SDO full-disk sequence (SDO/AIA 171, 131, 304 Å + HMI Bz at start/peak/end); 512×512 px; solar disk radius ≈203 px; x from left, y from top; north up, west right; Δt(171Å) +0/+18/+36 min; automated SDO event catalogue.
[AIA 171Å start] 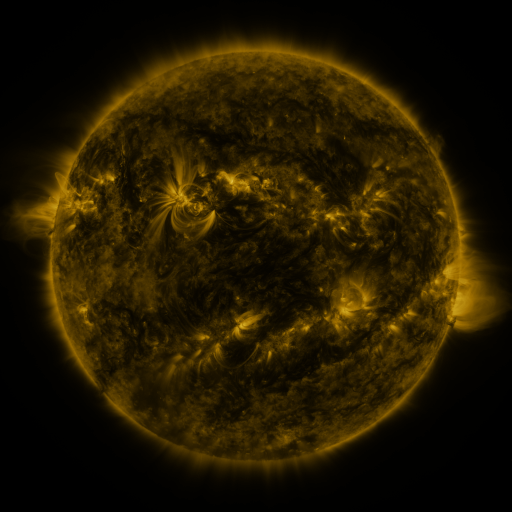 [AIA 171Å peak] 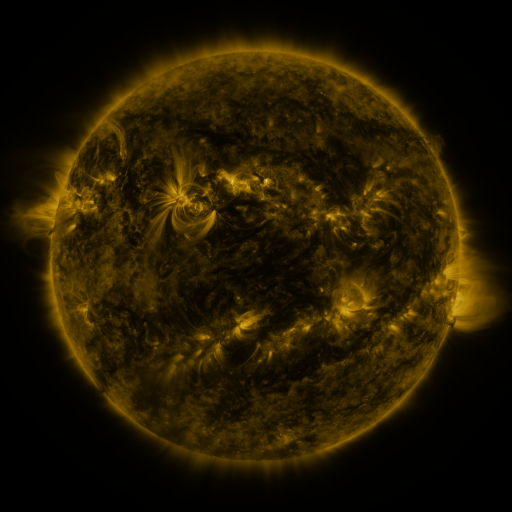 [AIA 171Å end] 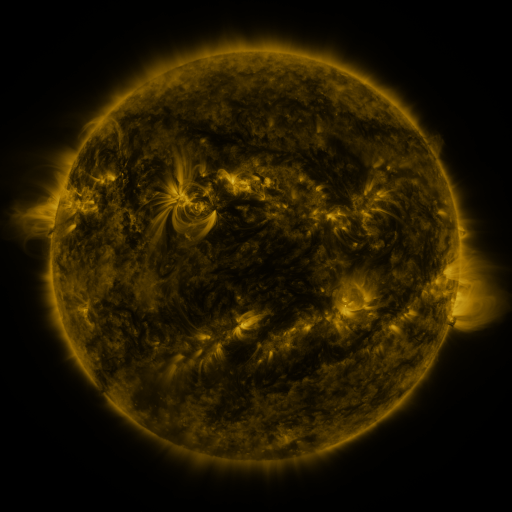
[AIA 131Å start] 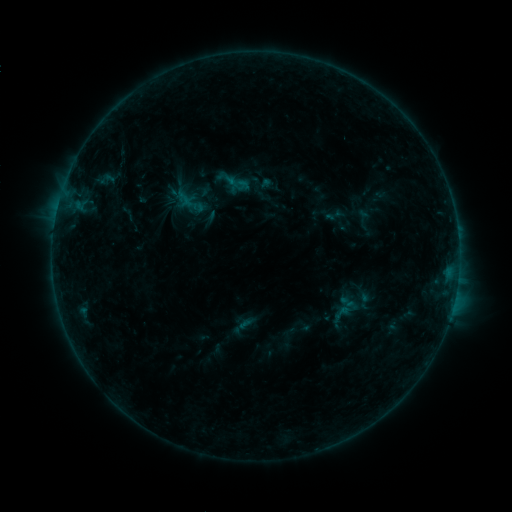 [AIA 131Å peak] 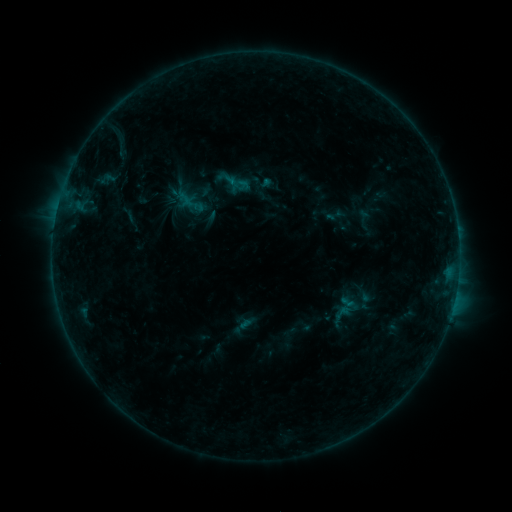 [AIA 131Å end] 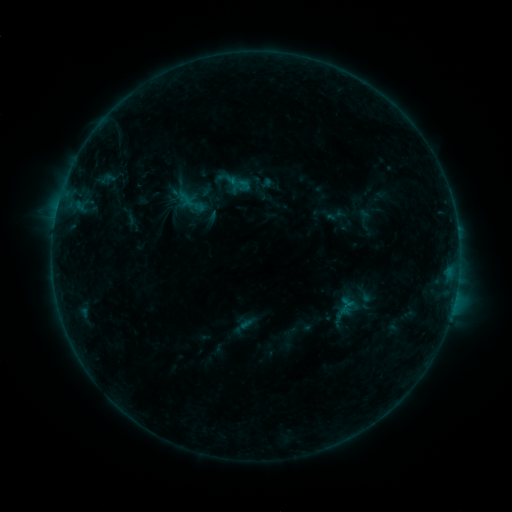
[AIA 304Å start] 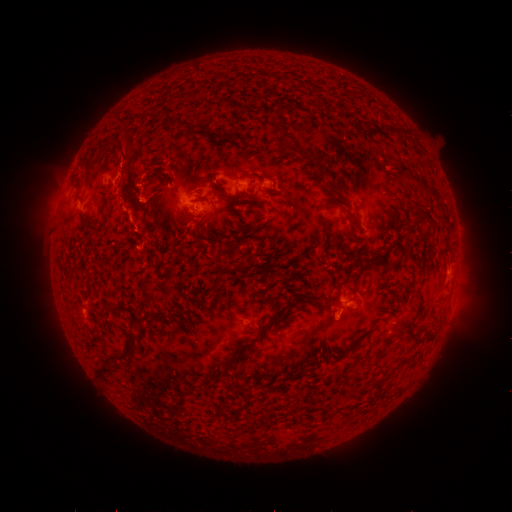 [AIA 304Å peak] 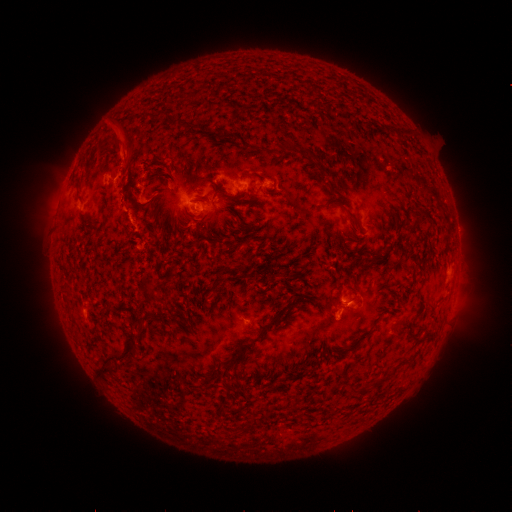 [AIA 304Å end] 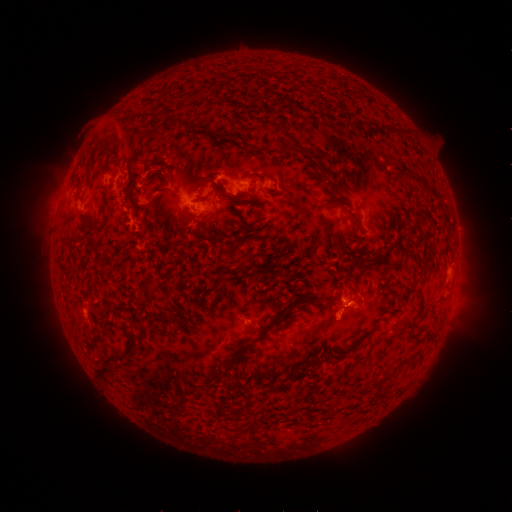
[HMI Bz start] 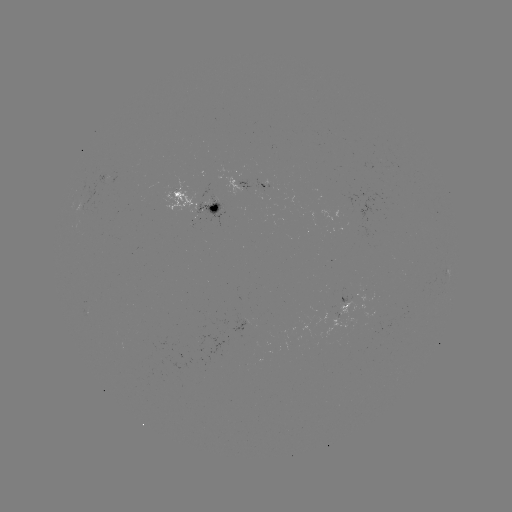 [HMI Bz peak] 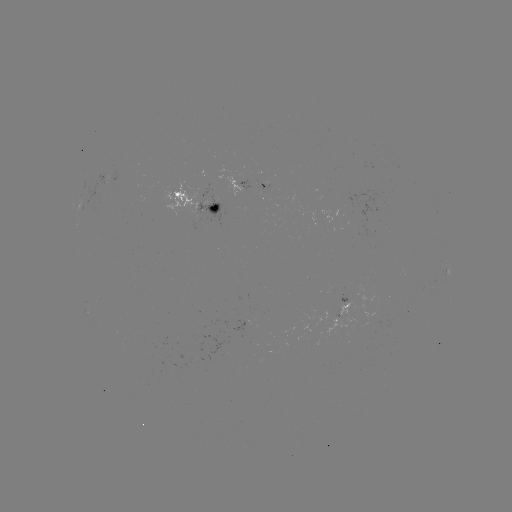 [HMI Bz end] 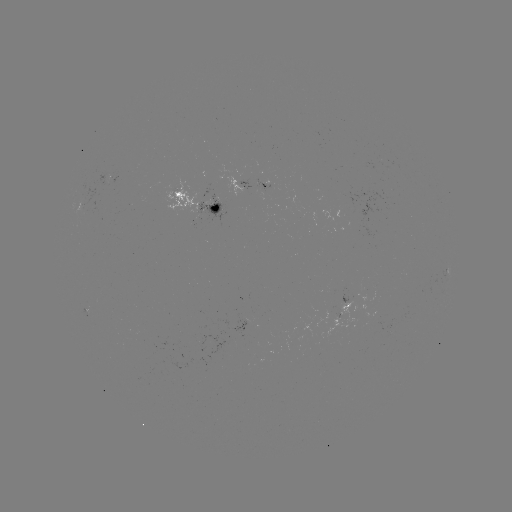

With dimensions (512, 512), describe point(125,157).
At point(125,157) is eruption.